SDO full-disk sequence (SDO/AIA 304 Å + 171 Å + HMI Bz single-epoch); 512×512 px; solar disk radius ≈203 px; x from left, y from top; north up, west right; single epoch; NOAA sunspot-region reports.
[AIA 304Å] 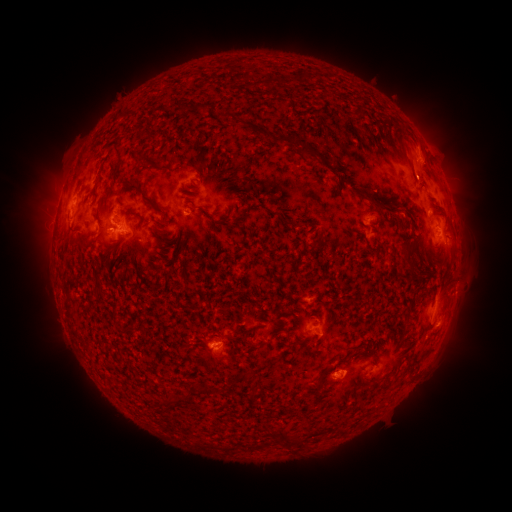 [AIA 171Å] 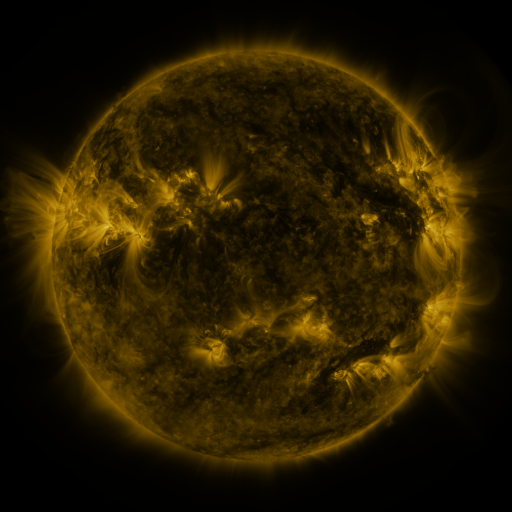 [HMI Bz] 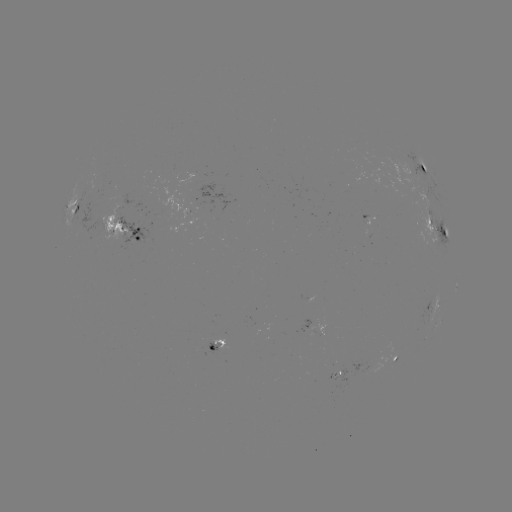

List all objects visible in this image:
spotted active region: (422, 163)
spotted active region: (180, 210)
spotted active region: (74, 214)
spotted active region: (371, 215)
spotted active region: (438, 225)
spotted active region: (127, 231)
spotted active region: (431, 307)
spotted active region: (317, 323)
spotted active region: (223, 349)
spotted active region: (398, 355)
